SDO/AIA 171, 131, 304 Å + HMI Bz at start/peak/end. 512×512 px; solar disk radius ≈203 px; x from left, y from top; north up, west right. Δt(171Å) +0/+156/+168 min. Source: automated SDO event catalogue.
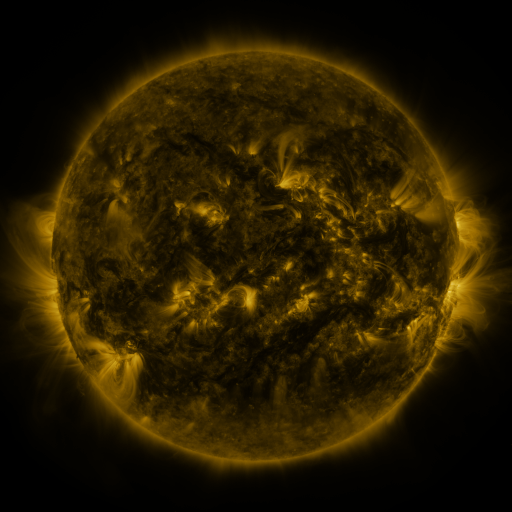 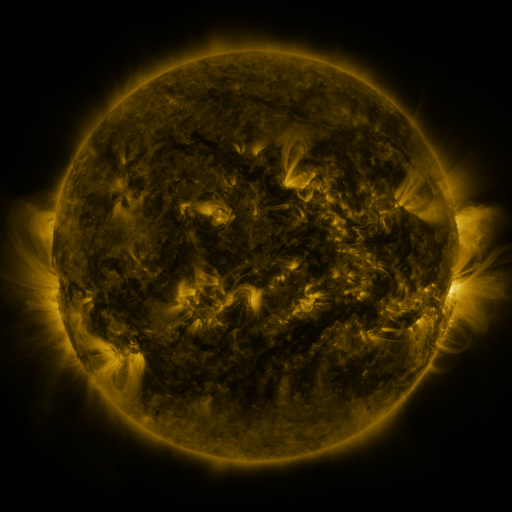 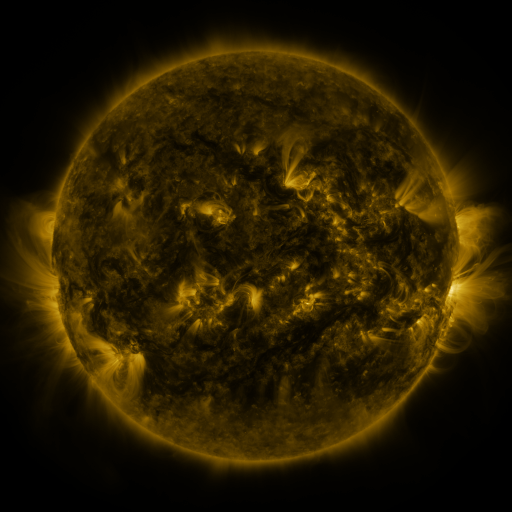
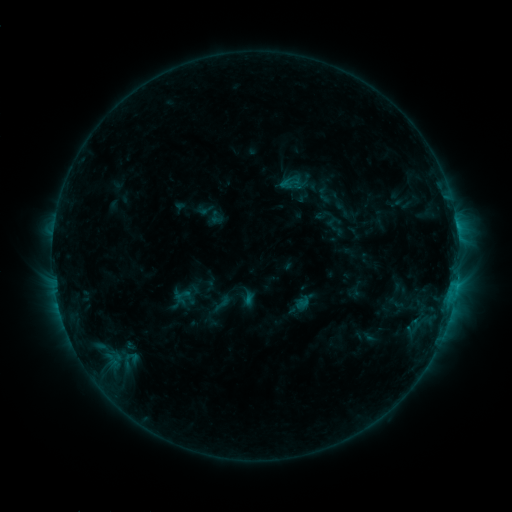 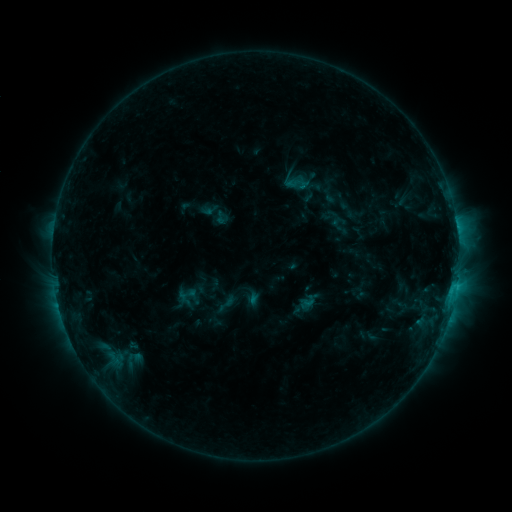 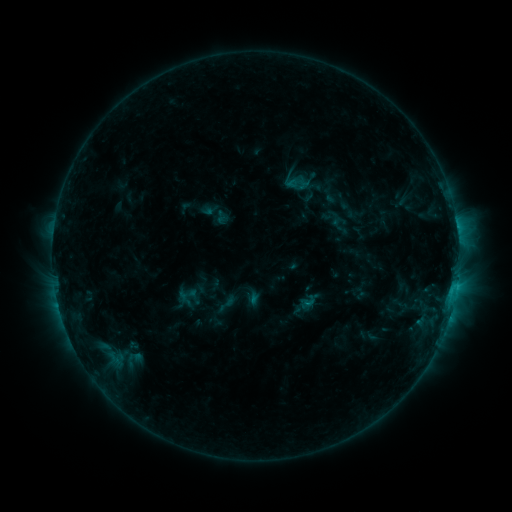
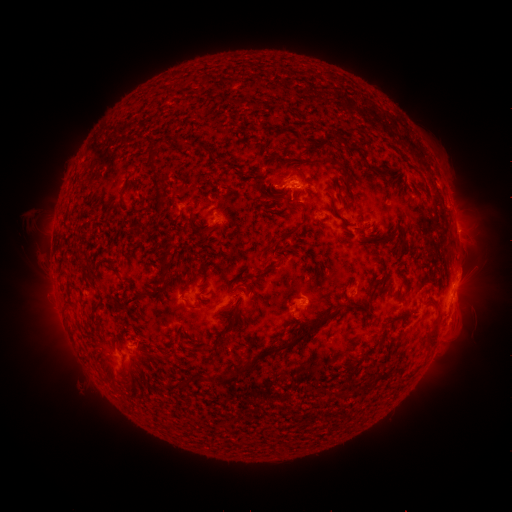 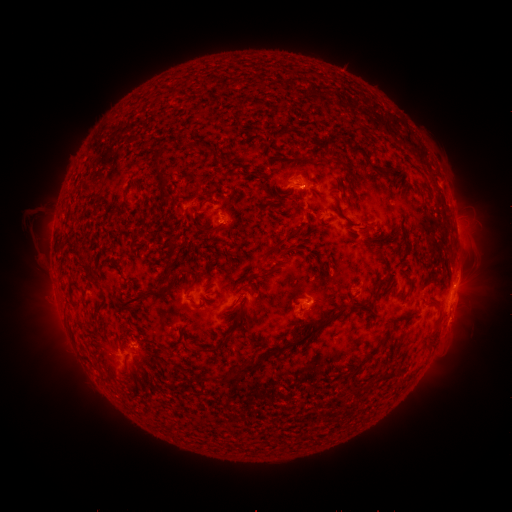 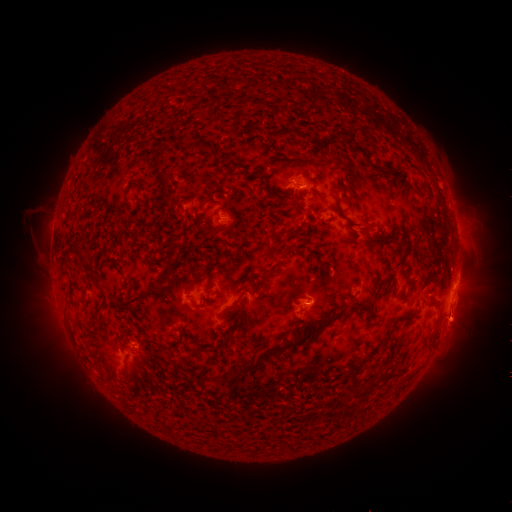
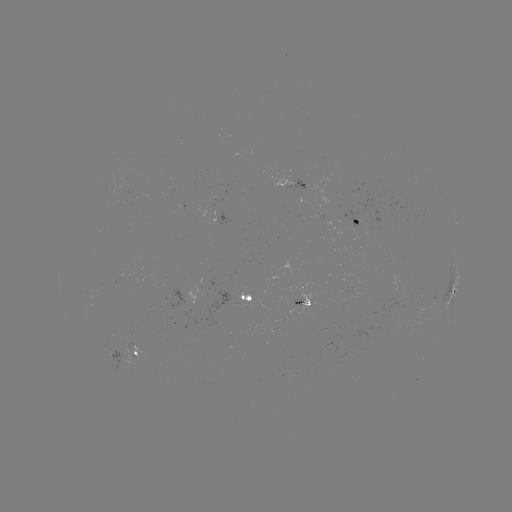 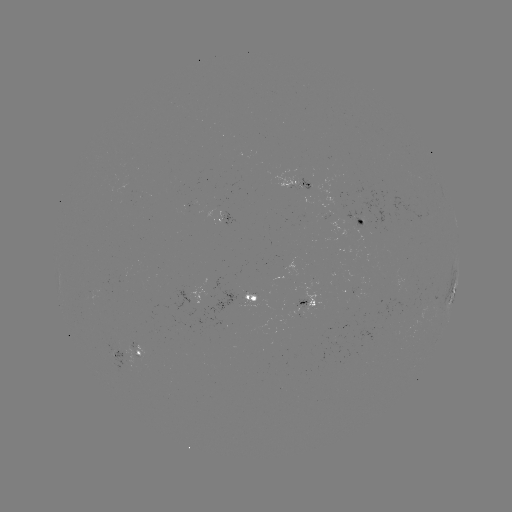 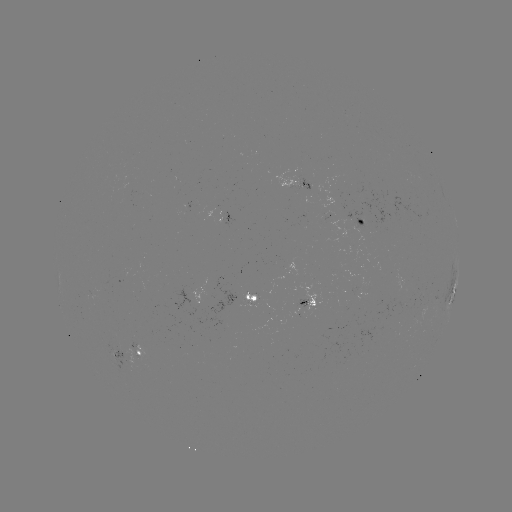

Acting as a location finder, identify emerging-flux region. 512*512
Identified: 361,221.